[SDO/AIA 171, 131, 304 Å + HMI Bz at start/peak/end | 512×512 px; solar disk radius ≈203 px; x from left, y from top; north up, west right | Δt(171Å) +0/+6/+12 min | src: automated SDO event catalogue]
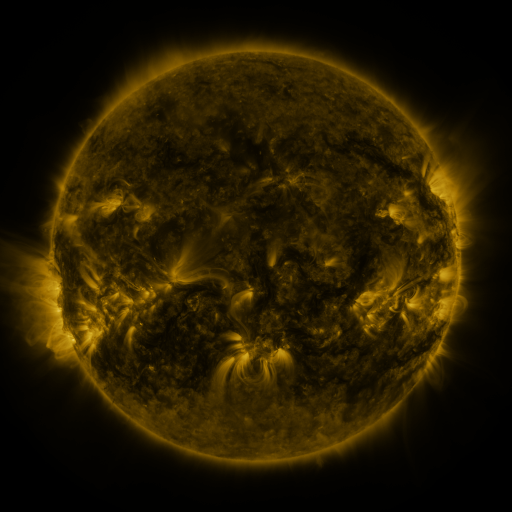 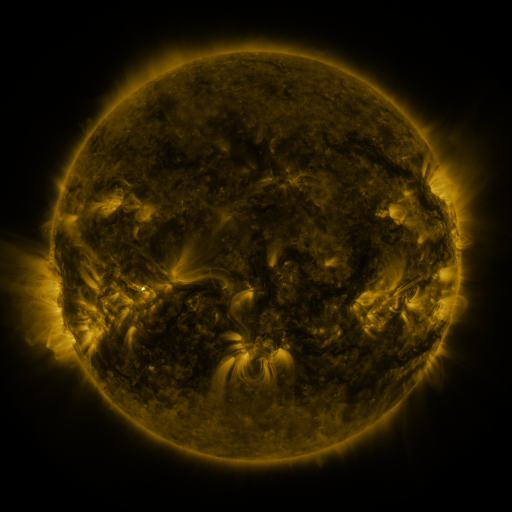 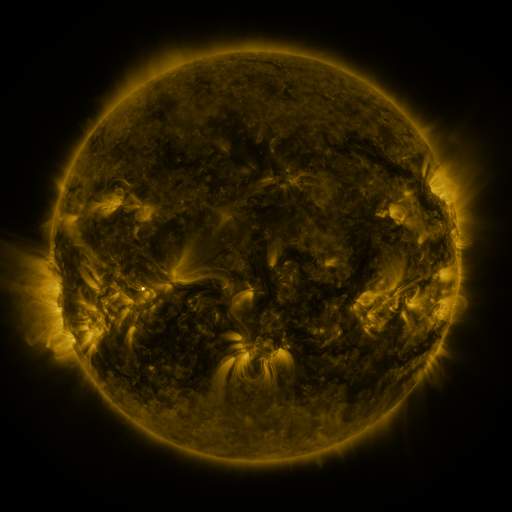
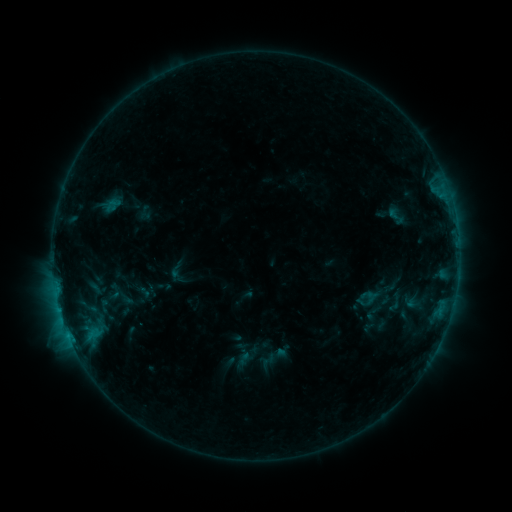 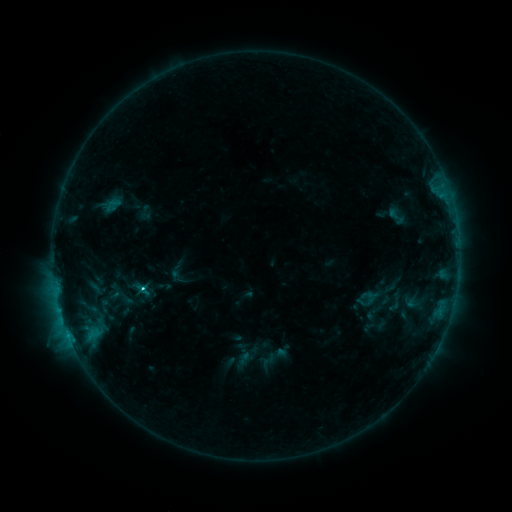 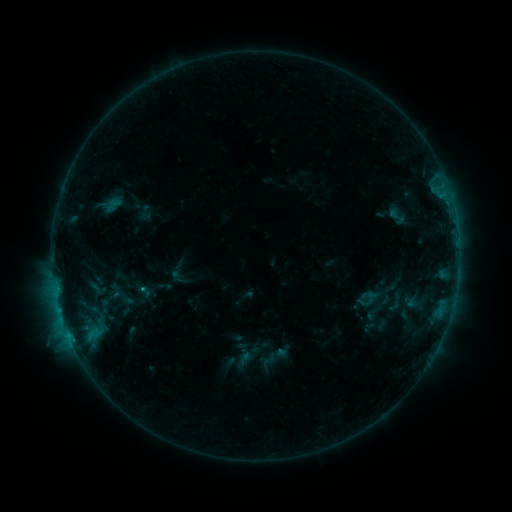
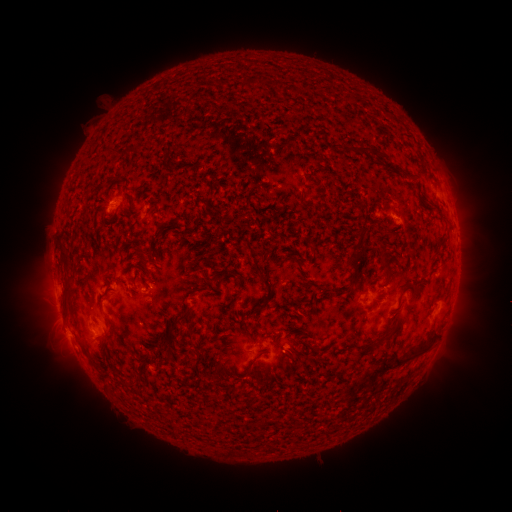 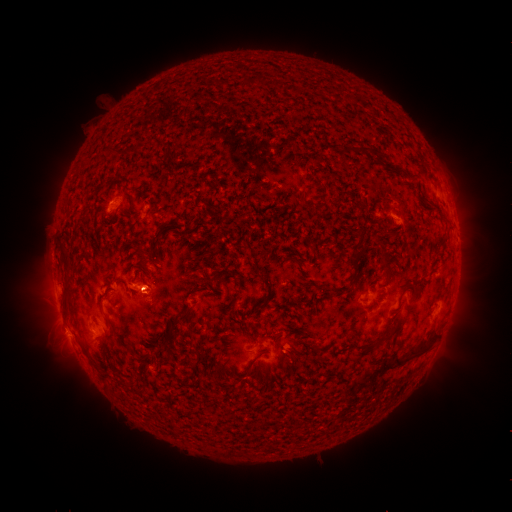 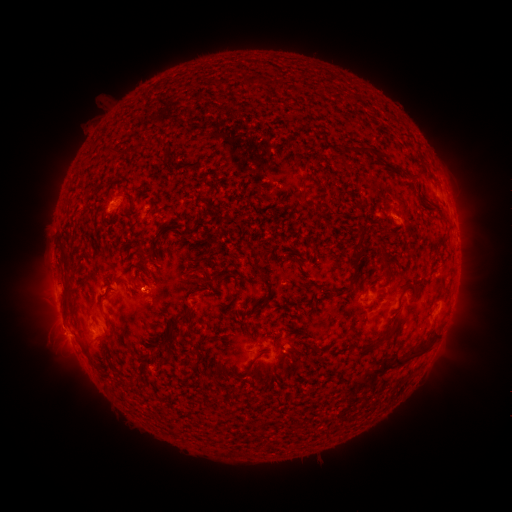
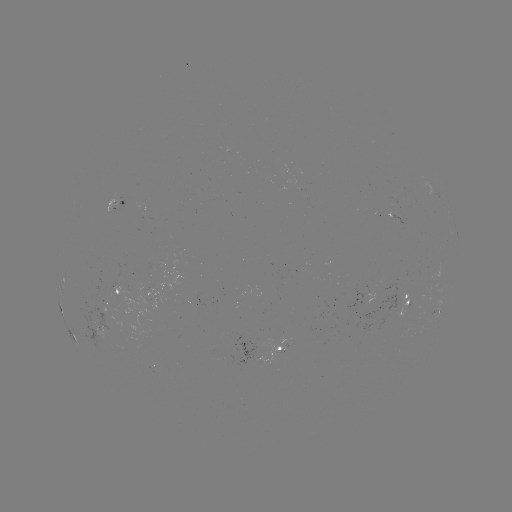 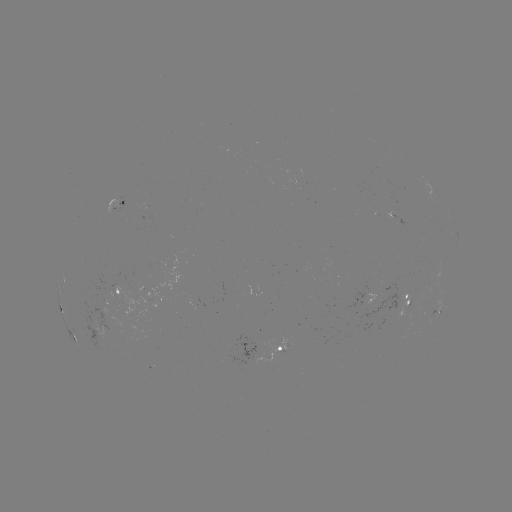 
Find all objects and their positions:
C1.1 flare: (144, 287)
